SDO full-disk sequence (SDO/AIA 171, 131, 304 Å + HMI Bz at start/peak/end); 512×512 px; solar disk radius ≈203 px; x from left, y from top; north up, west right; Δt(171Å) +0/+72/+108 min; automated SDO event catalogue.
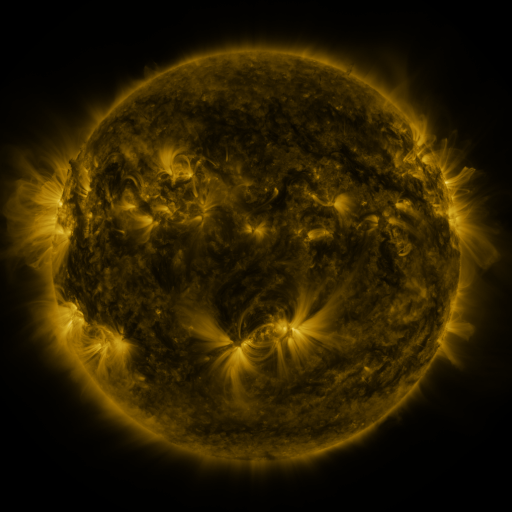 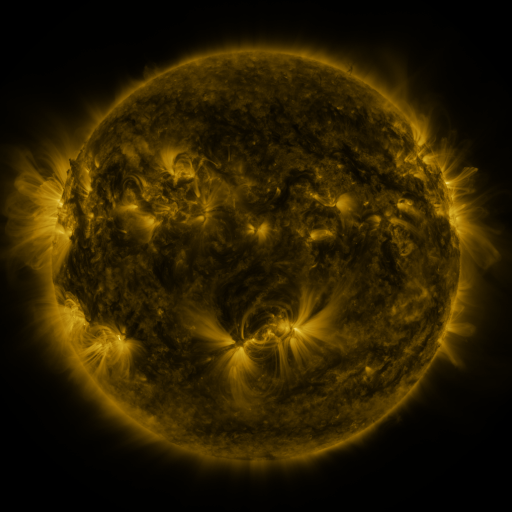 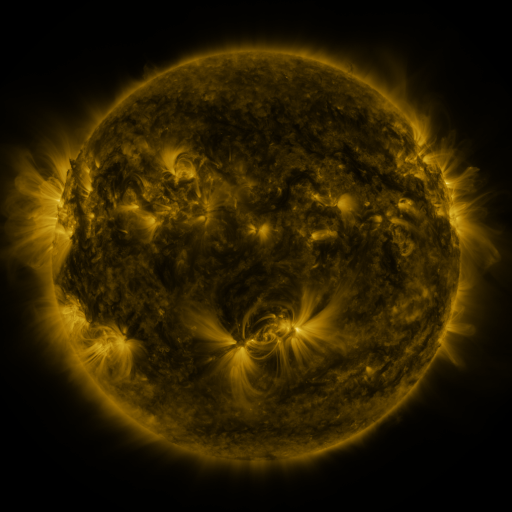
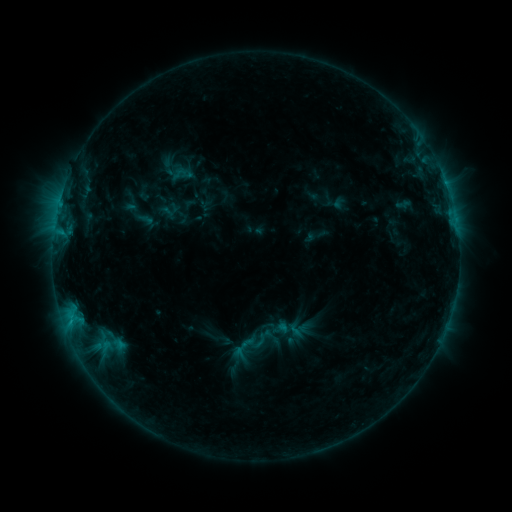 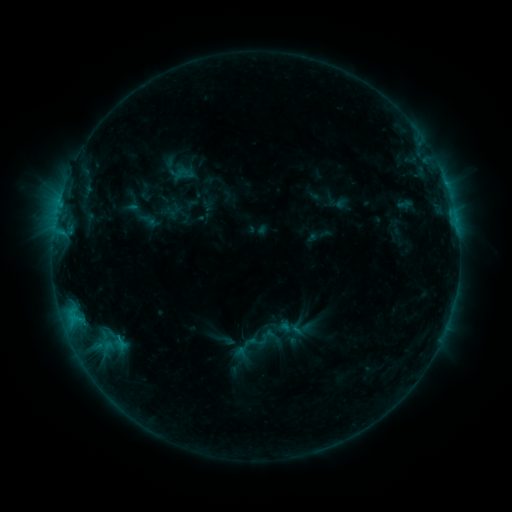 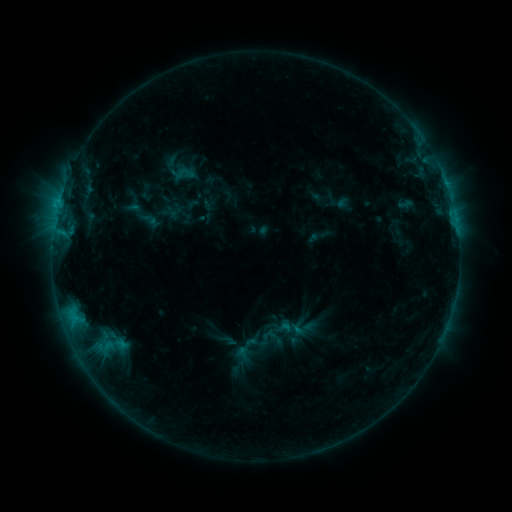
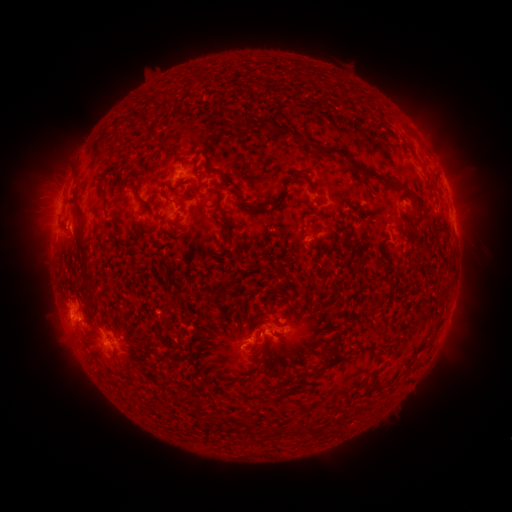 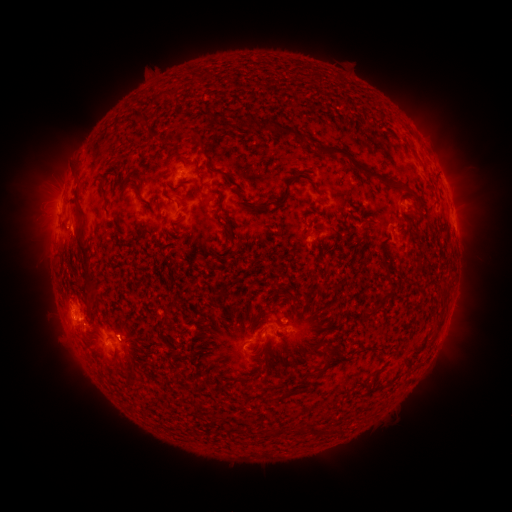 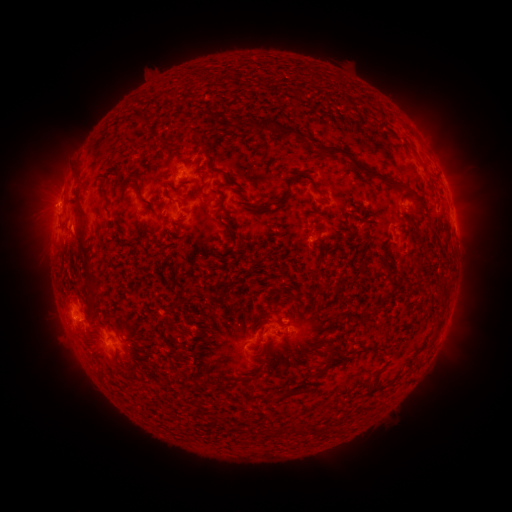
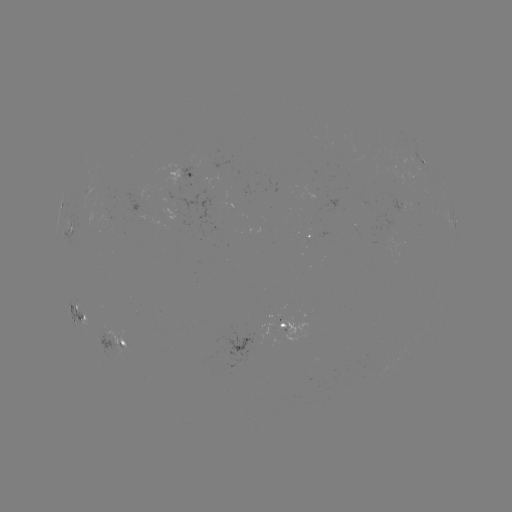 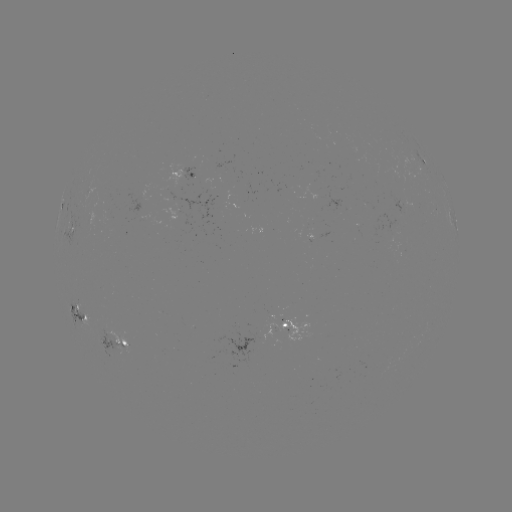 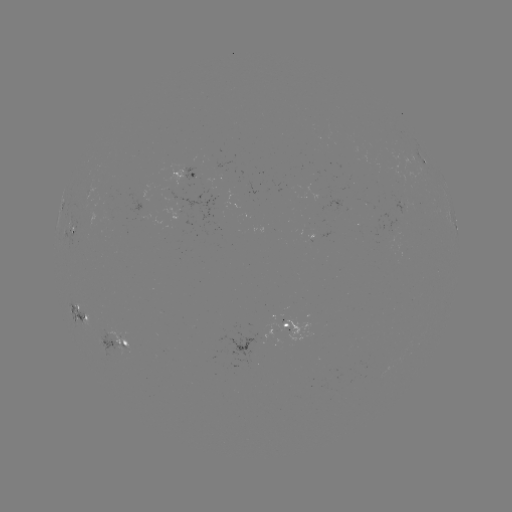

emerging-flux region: (311, 133, 322, 140)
